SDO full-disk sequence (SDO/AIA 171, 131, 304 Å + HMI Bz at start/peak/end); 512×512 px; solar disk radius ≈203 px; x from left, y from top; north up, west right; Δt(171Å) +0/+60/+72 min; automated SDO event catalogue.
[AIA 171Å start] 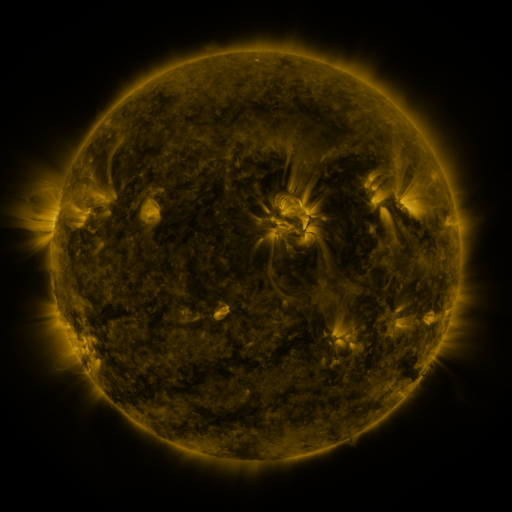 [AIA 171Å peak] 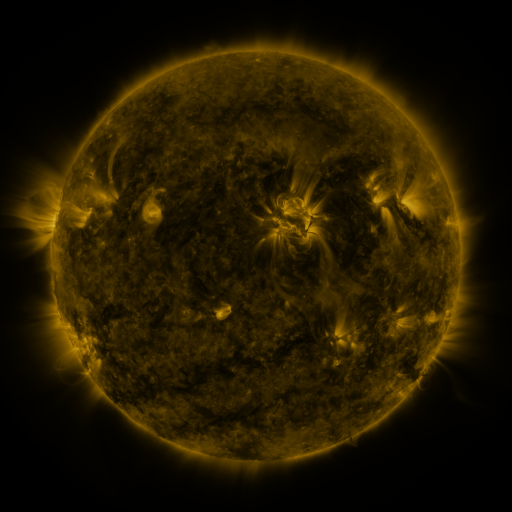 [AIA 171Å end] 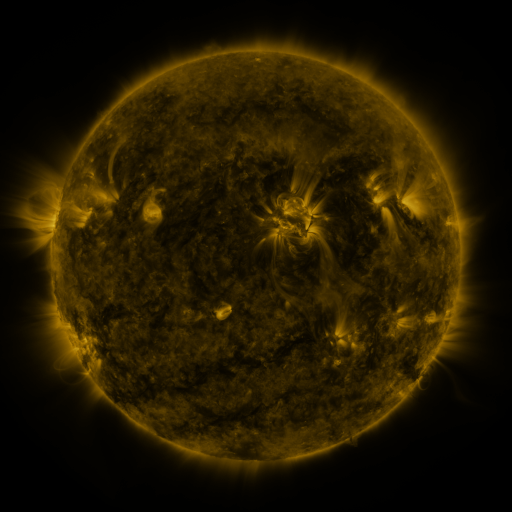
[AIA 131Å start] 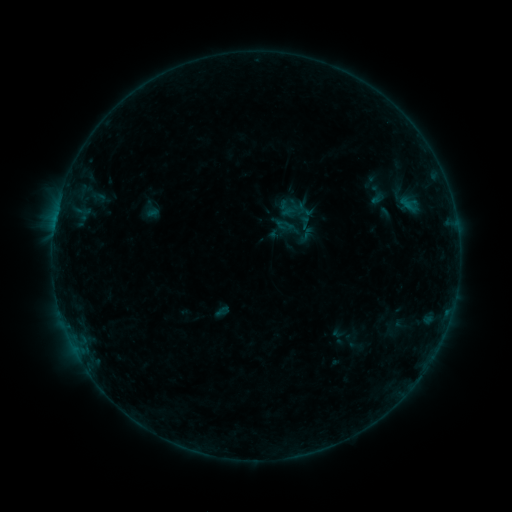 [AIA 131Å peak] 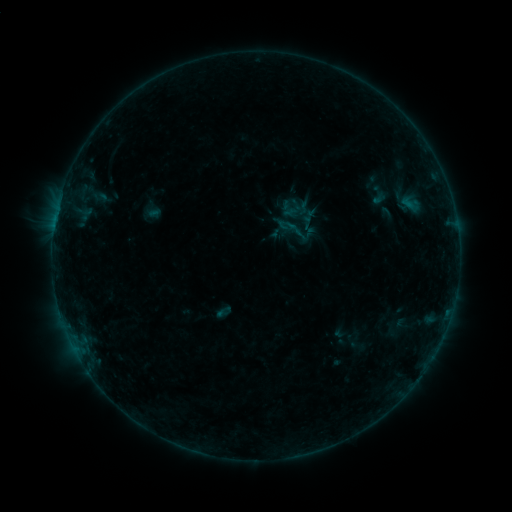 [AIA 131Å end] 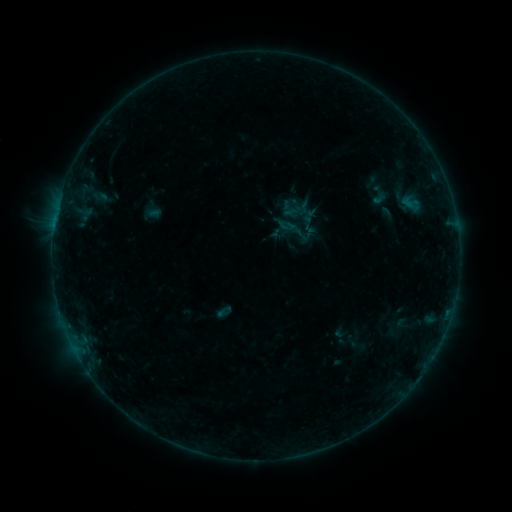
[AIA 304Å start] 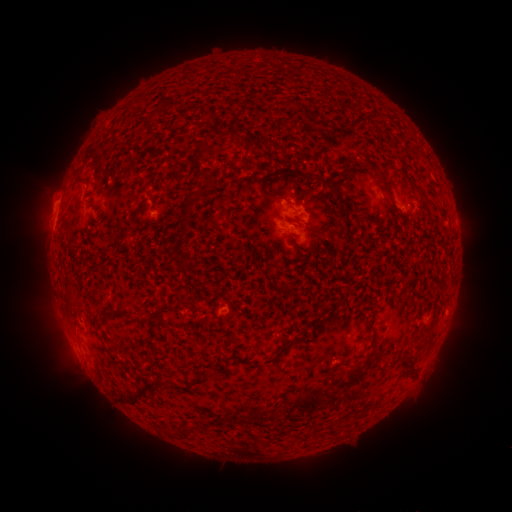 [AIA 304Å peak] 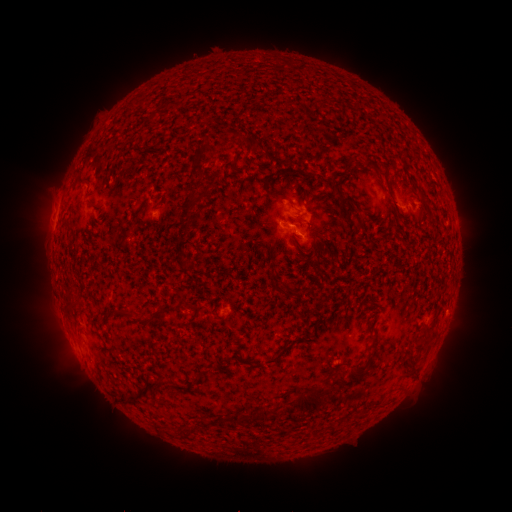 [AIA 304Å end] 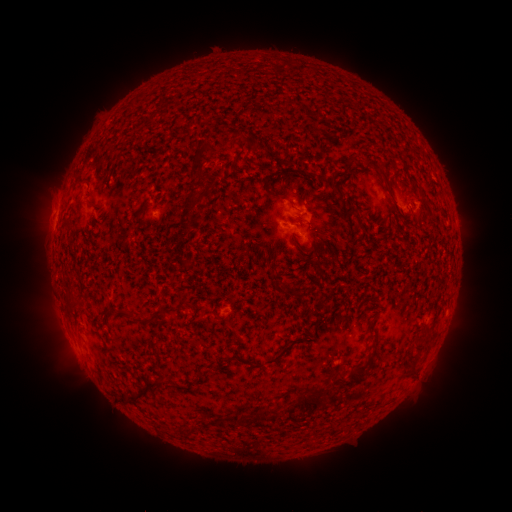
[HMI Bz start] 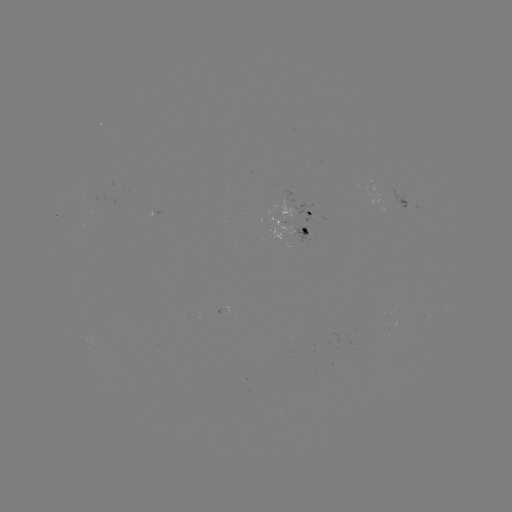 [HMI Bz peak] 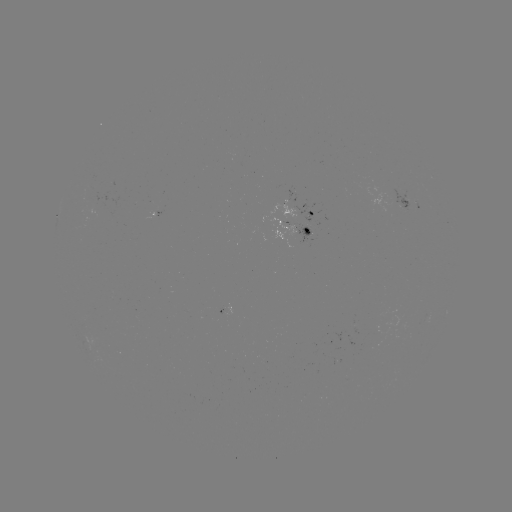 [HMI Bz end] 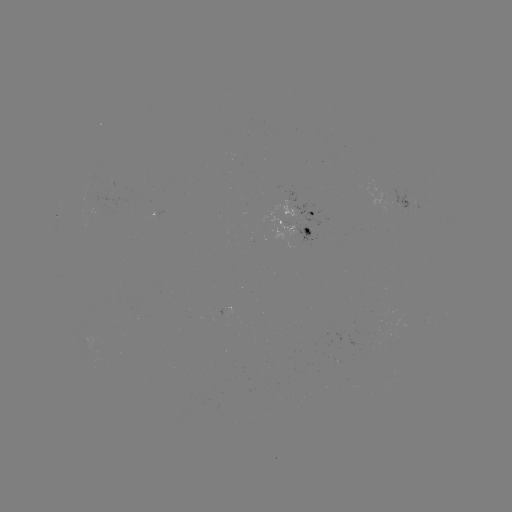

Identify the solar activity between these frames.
emerging-flux region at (413, 207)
